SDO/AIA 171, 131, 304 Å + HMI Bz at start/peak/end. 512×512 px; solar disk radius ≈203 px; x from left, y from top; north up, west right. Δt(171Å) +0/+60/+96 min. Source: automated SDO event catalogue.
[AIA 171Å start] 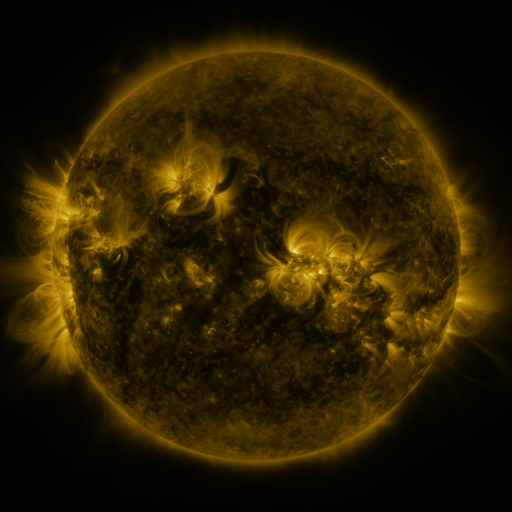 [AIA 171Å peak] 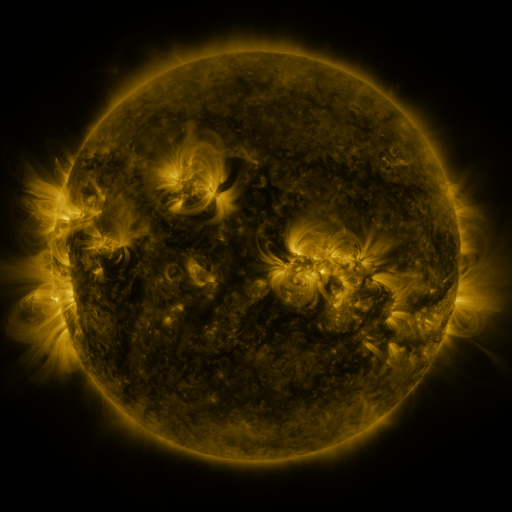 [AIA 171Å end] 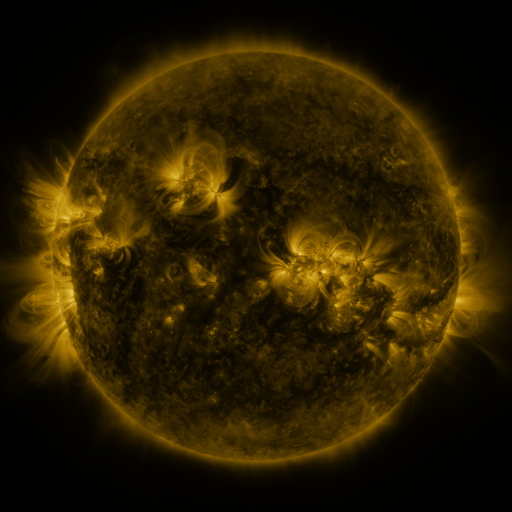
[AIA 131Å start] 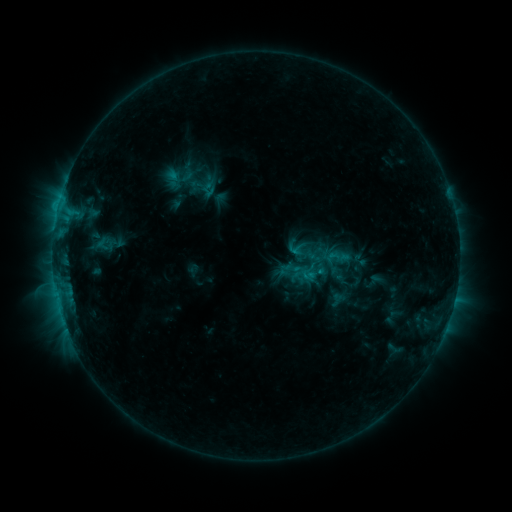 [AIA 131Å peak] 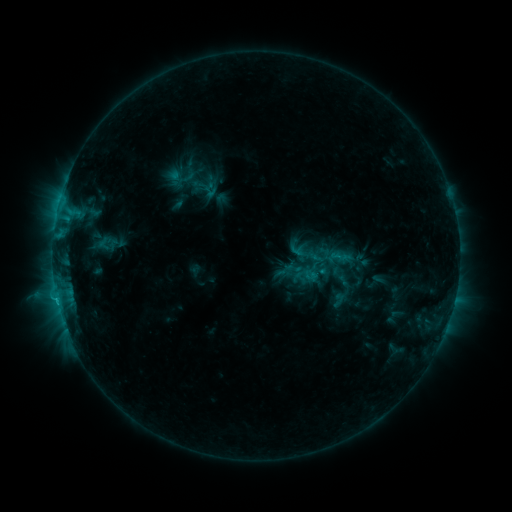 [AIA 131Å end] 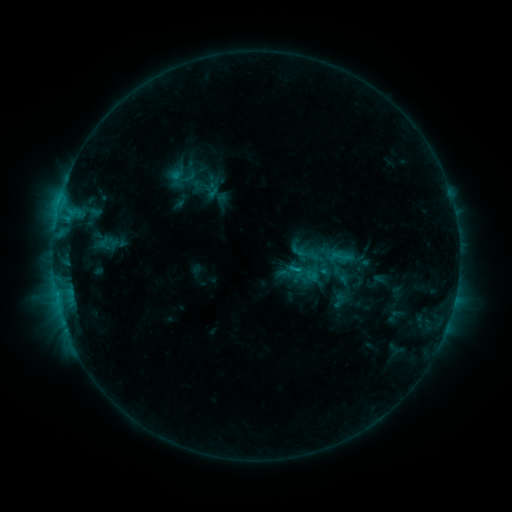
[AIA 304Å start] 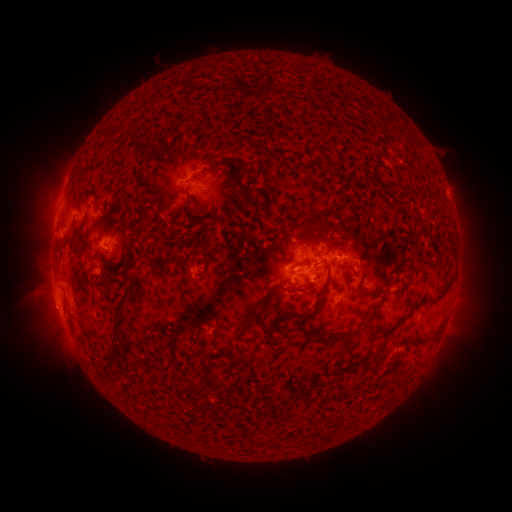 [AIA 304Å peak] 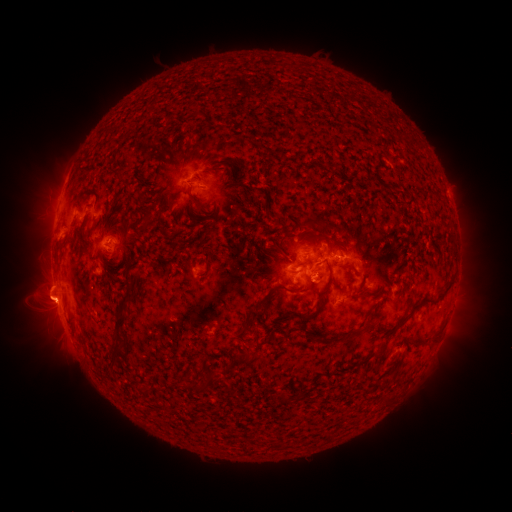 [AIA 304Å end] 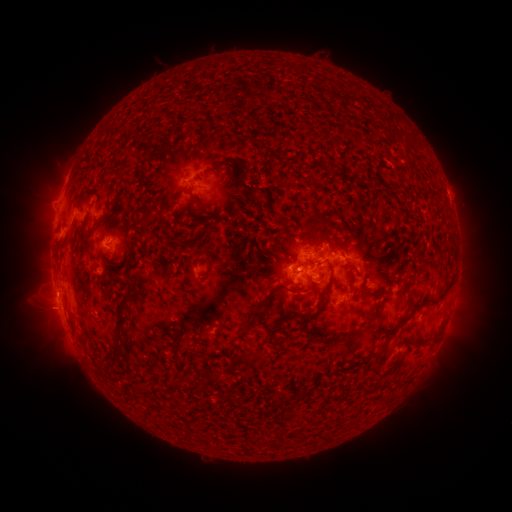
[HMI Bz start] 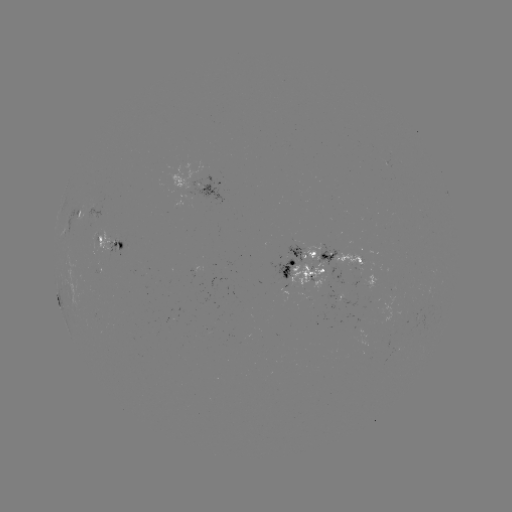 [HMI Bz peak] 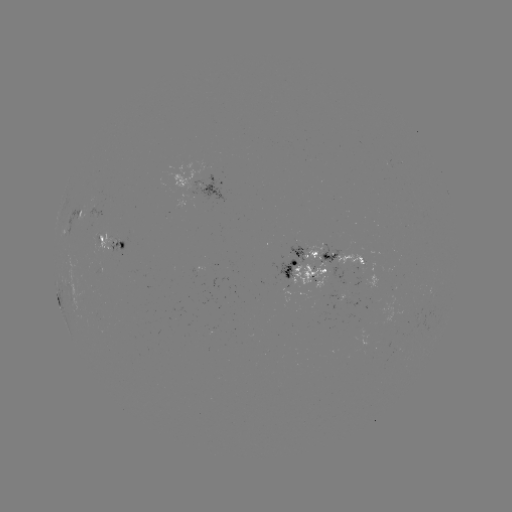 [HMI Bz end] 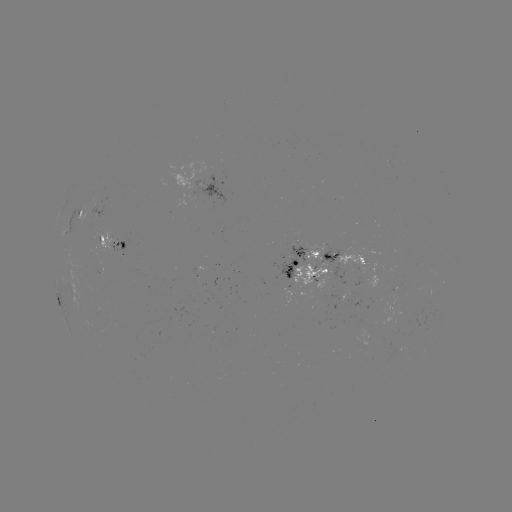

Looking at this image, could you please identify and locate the emerging-flux region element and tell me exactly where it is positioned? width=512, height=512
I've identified emerging-flux region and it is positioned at [352, 262].